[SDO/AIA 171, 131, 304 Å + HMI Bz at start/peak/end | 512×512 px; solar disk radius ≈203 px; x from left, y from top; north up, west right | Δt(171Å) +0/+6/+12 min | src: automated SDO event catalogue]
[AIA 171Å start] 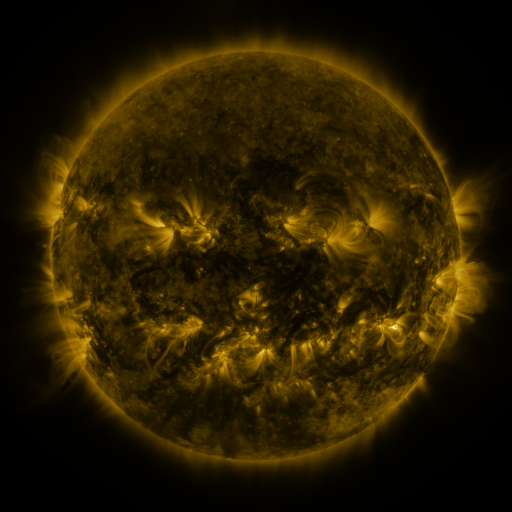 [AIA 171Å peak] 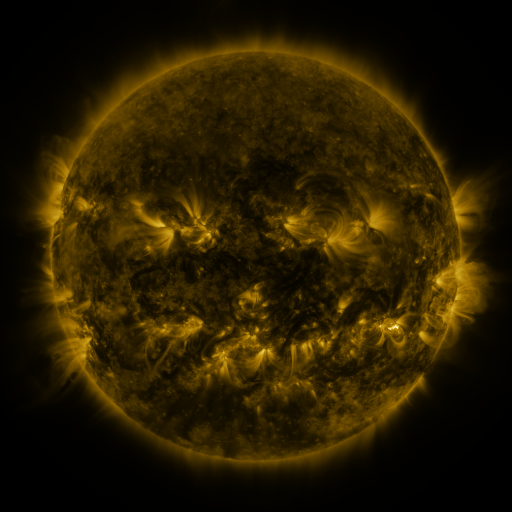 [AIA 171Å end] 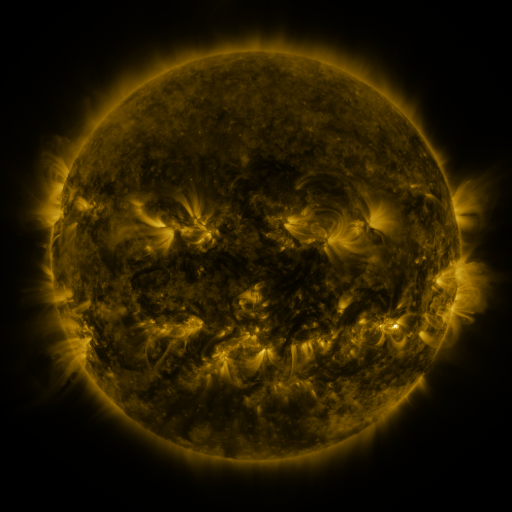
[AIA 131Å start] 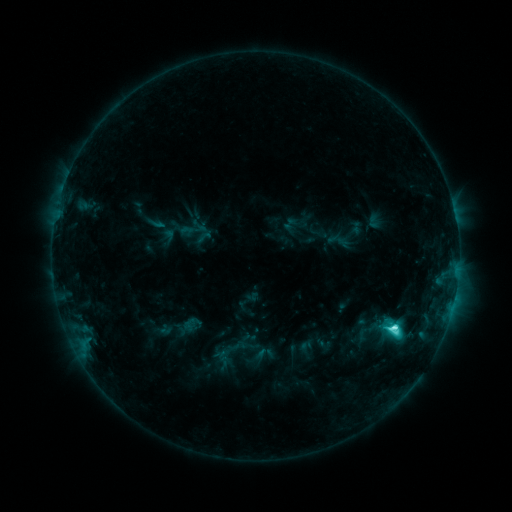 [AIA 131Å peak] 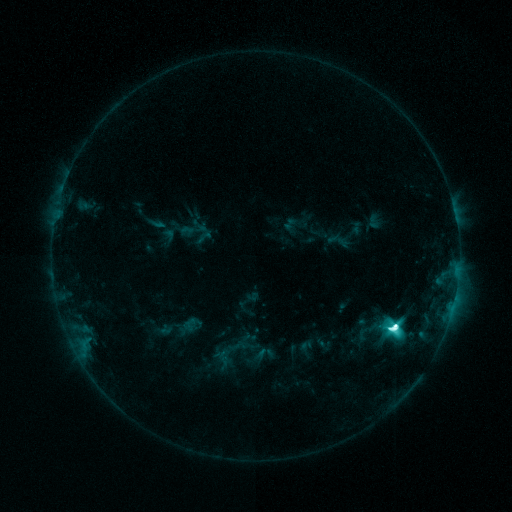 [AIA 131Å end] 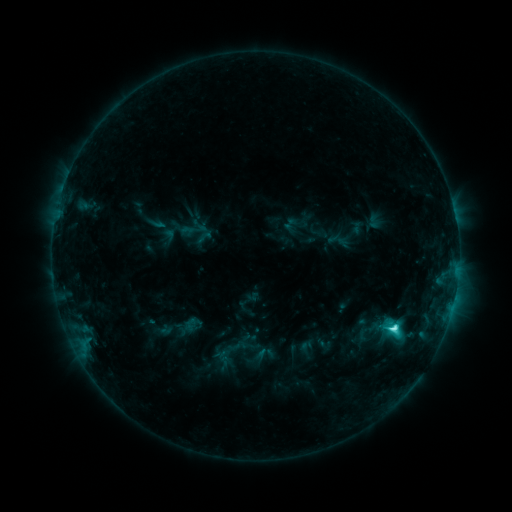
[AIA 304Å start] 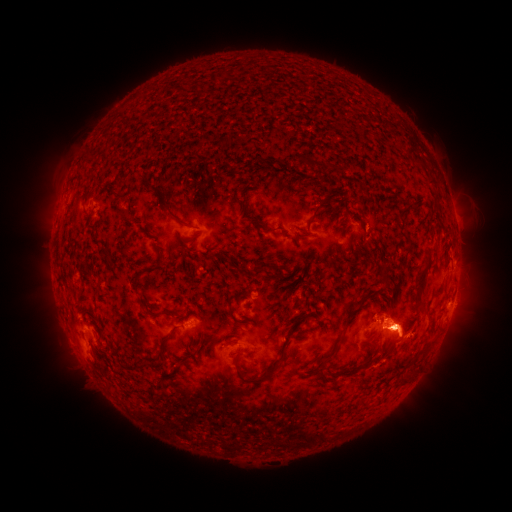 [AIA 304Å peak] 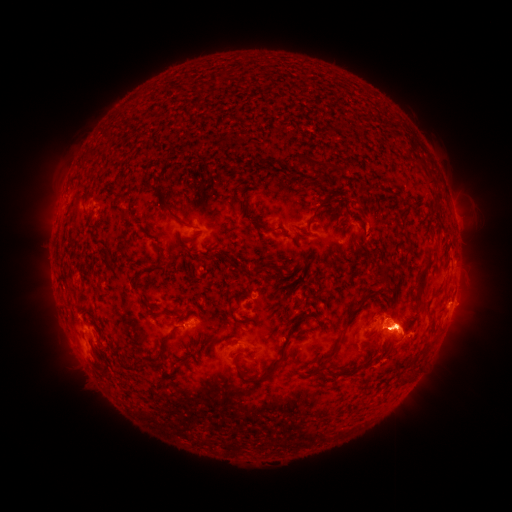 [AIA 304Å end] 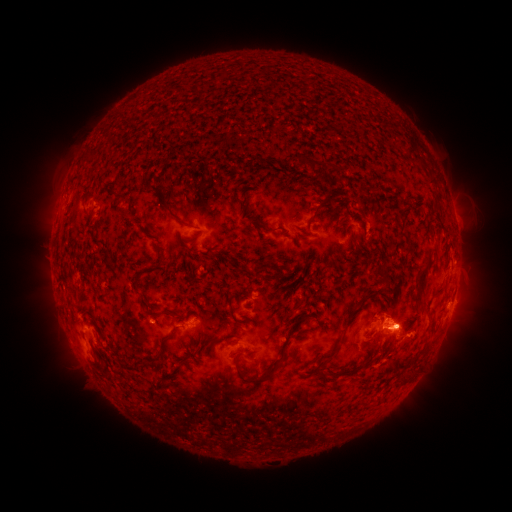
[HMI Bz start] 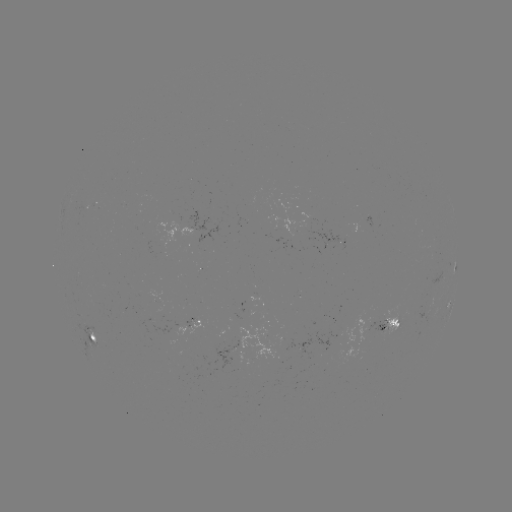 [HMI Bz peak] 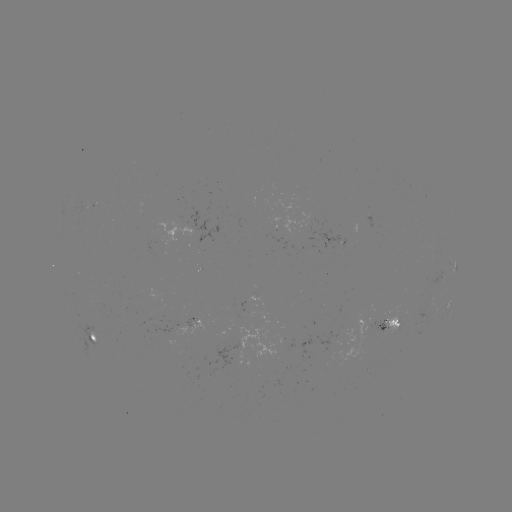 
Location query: M1.4 flare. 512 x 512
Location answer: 394,327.